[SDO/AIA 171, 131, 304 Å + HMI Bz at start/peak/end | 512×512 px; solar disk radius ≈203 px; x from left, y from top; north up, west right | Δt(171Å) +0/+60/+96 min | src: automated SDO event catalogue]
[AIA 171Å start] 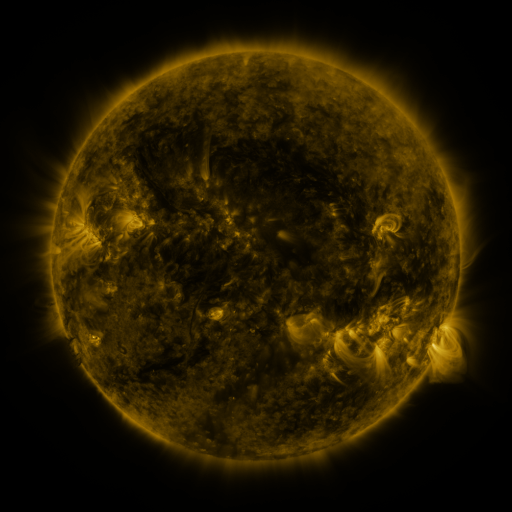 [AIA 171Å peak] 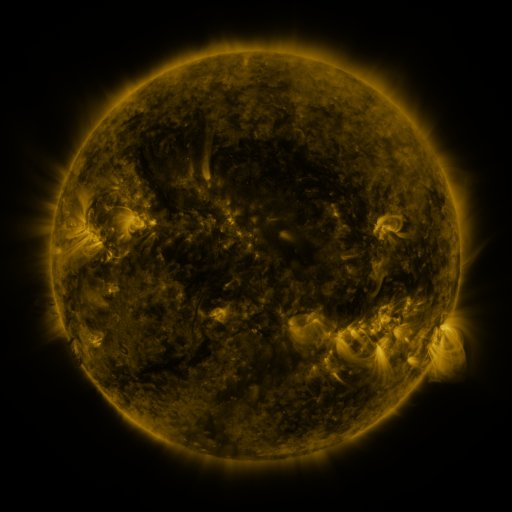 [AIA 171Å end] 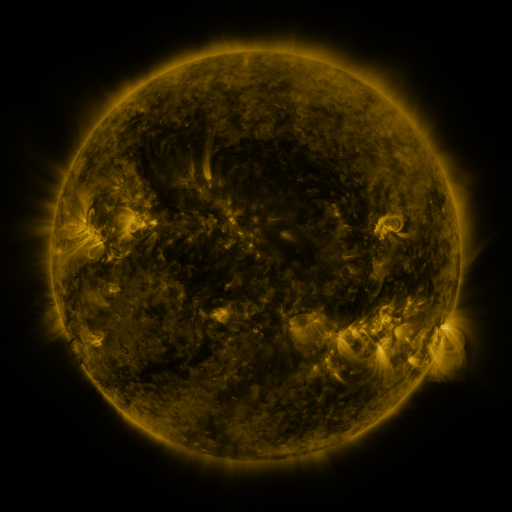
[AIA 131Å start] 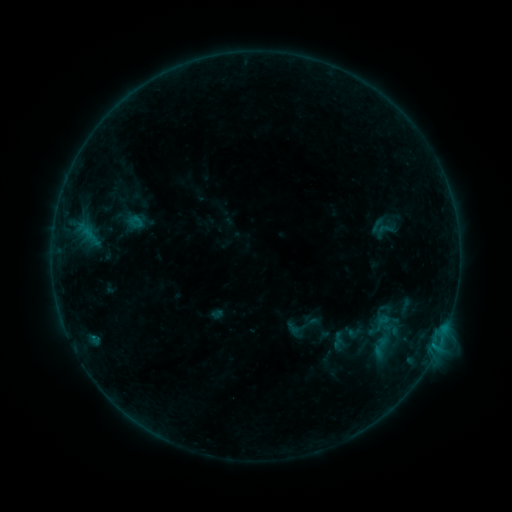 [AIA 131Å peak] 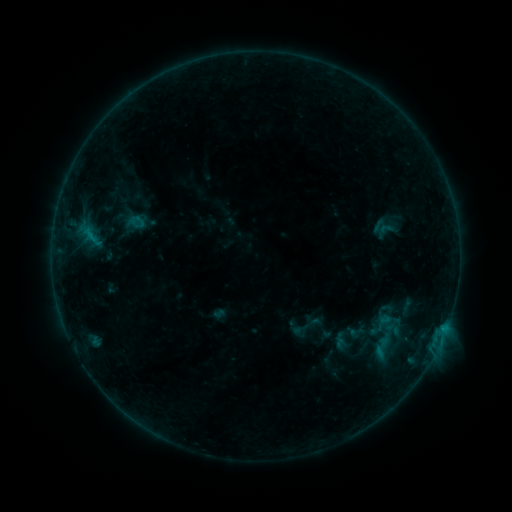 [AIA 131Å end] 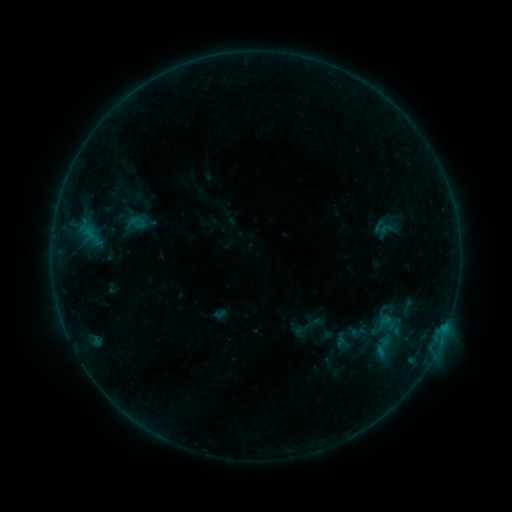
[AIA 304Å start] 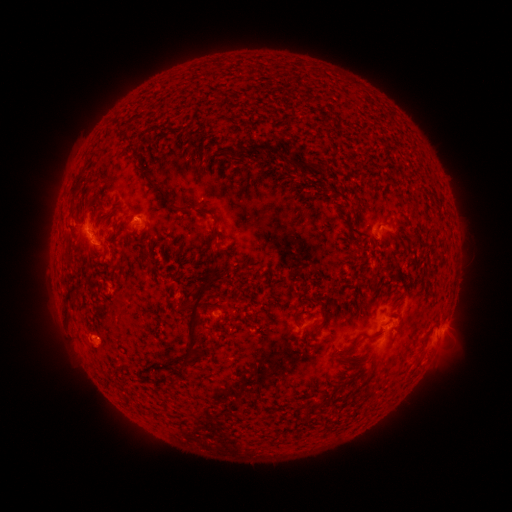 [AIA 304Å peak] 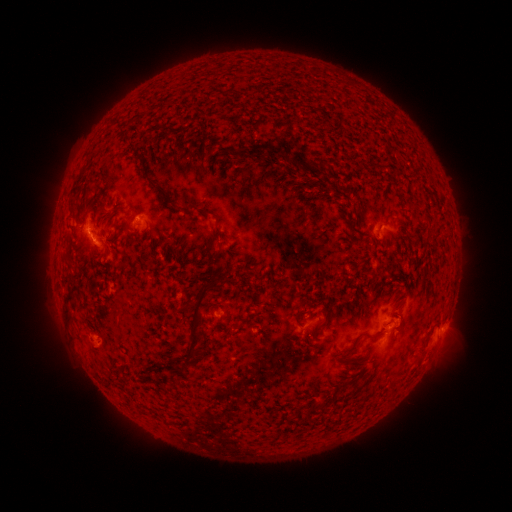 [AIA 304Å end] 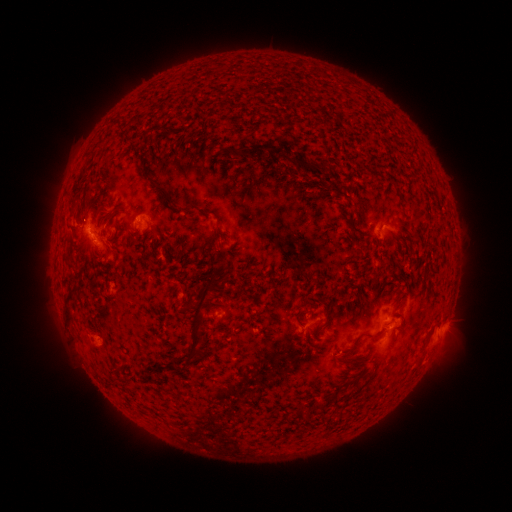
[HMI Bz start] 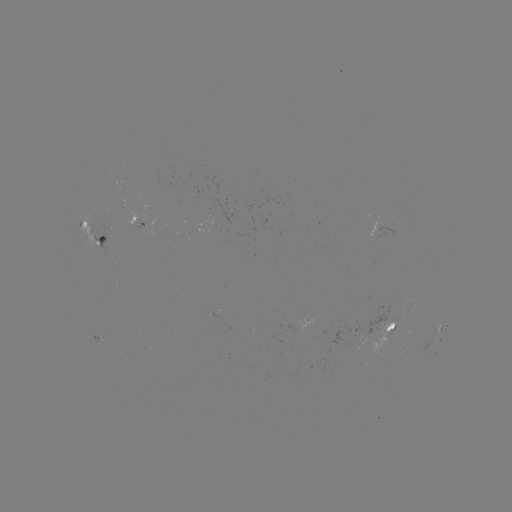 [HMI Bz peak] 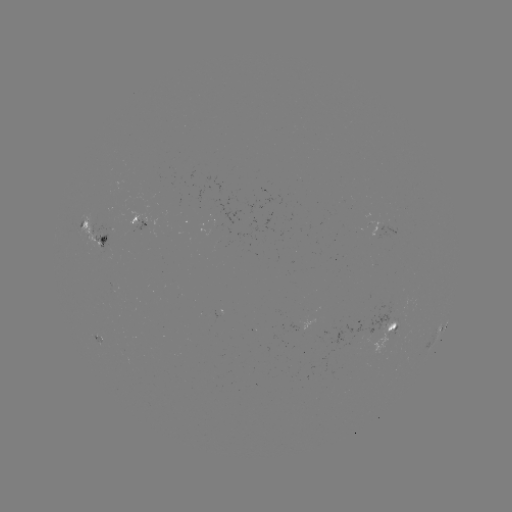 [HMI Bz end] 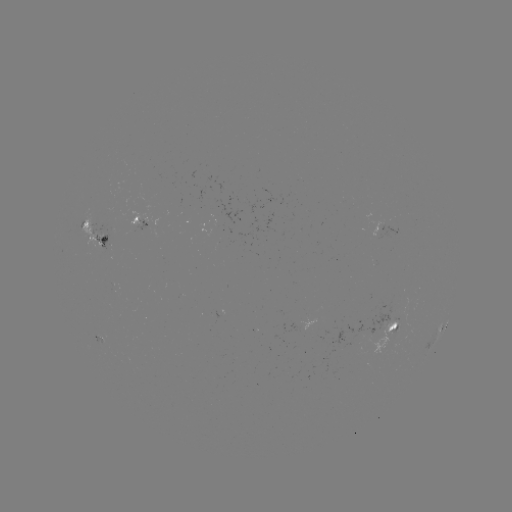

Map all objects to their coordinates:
emerging-flux region: (114, 287)
